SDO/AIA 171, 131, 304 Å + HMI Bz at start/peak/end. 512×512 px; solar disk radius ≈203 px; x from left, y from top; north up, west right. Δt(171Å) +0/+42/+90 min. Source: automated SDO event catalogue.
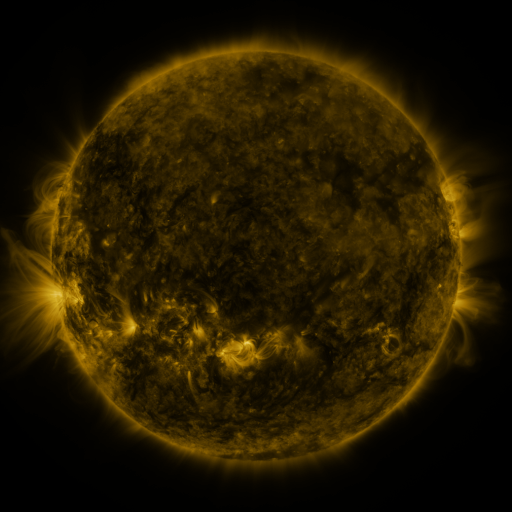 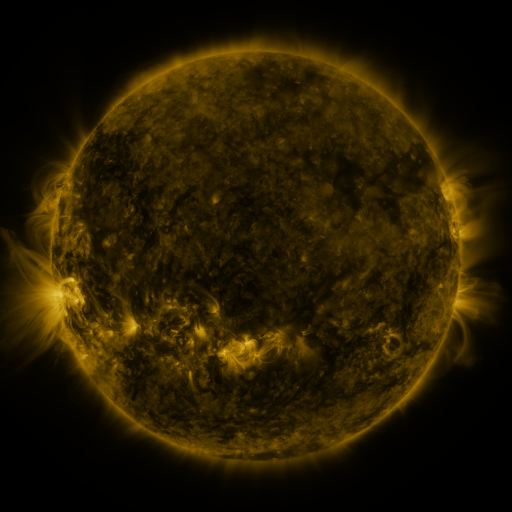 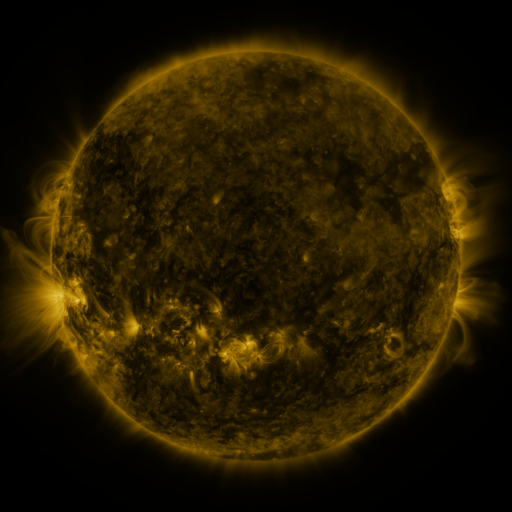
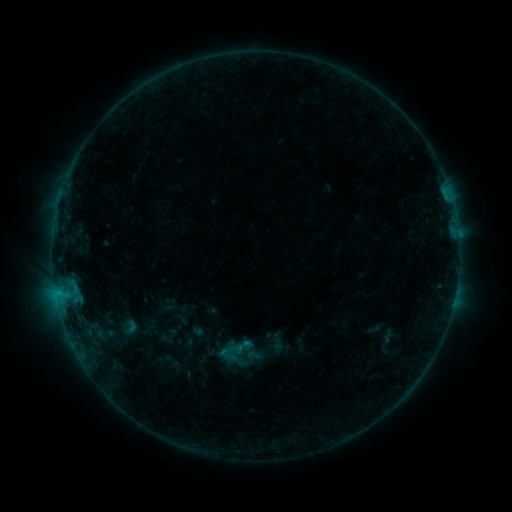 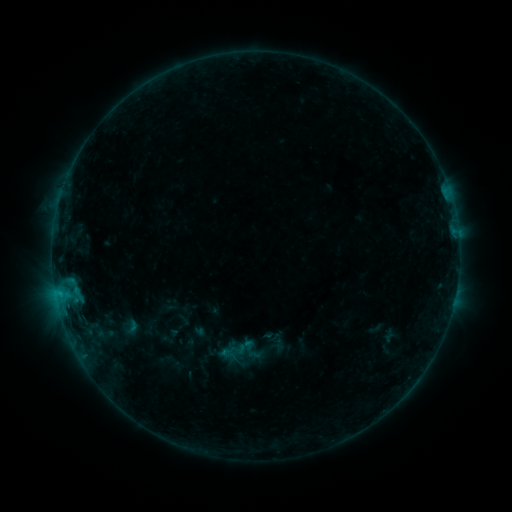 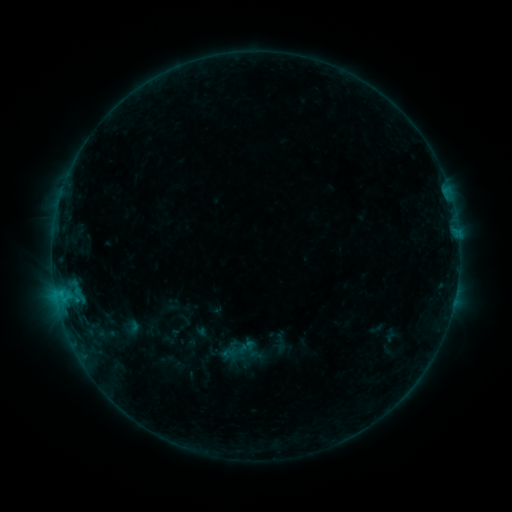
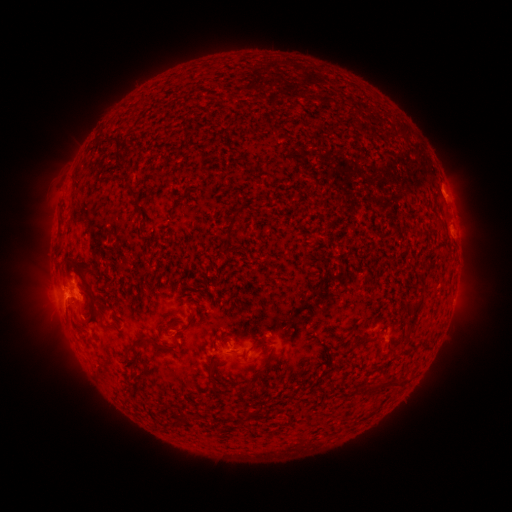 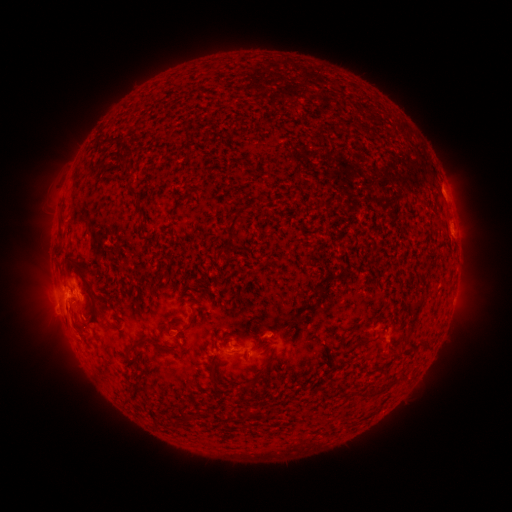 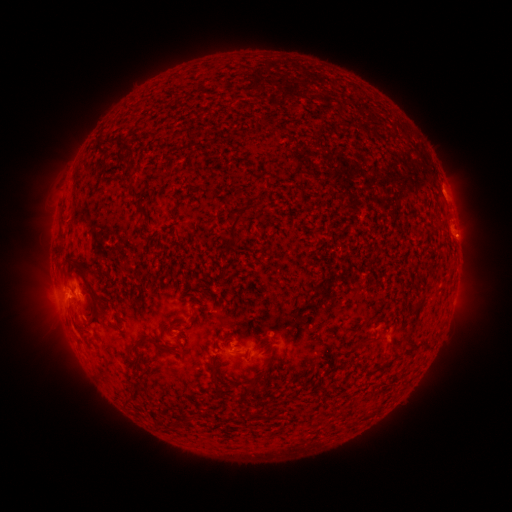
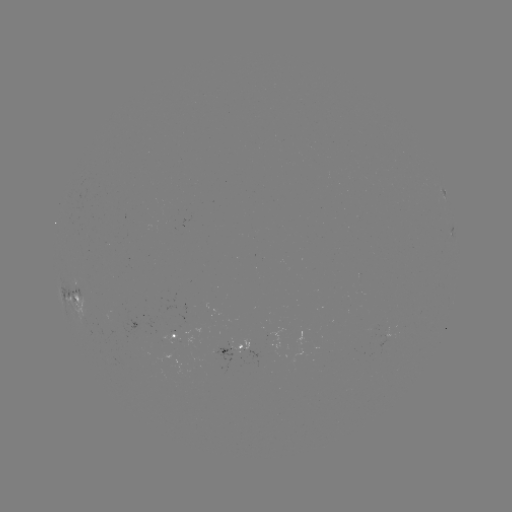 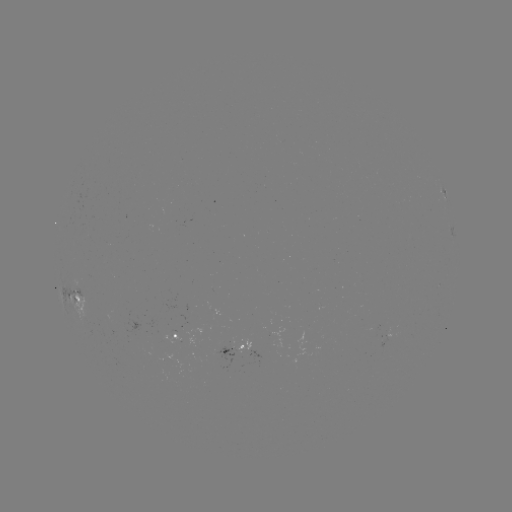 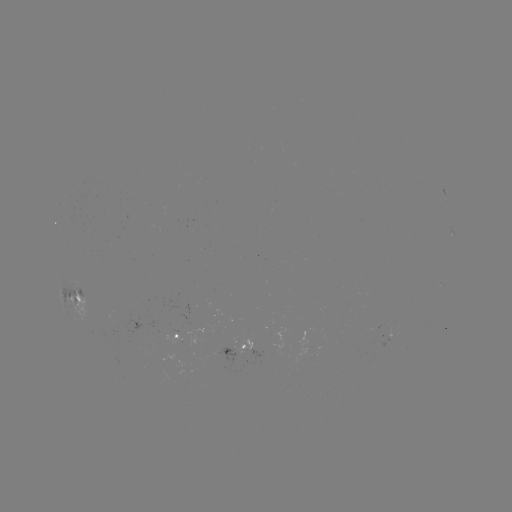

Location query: filament eruption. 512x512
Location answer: [388, 389].